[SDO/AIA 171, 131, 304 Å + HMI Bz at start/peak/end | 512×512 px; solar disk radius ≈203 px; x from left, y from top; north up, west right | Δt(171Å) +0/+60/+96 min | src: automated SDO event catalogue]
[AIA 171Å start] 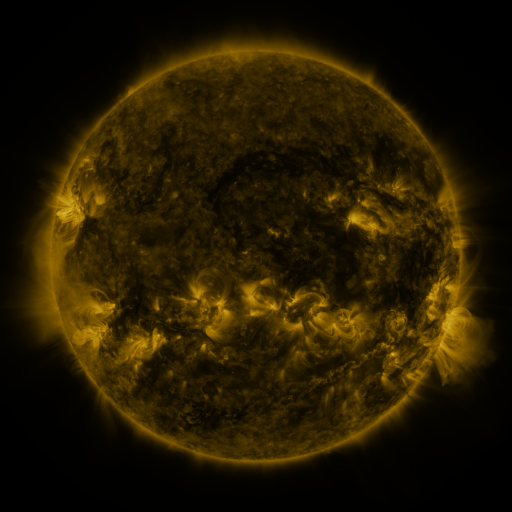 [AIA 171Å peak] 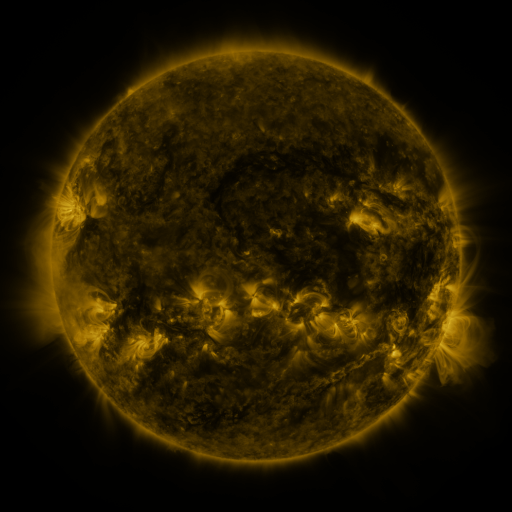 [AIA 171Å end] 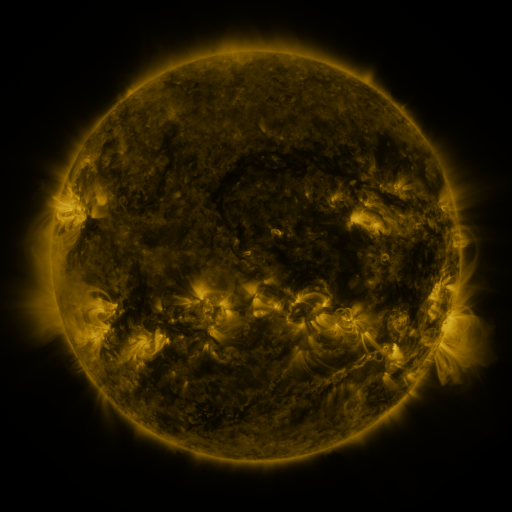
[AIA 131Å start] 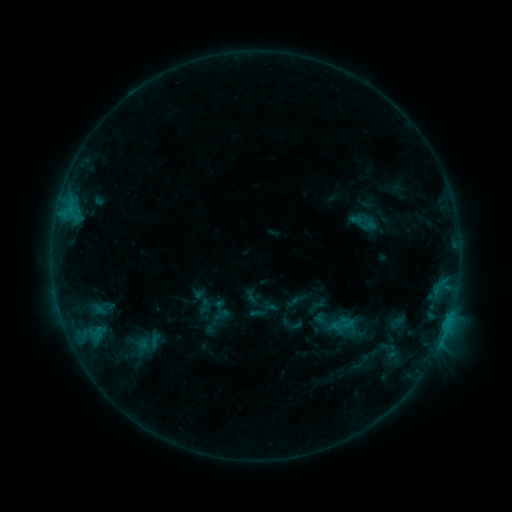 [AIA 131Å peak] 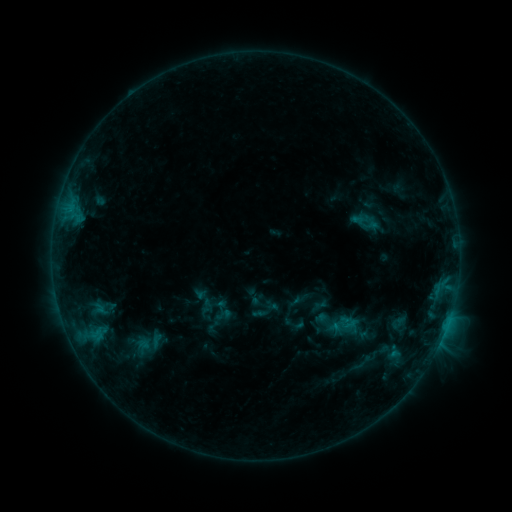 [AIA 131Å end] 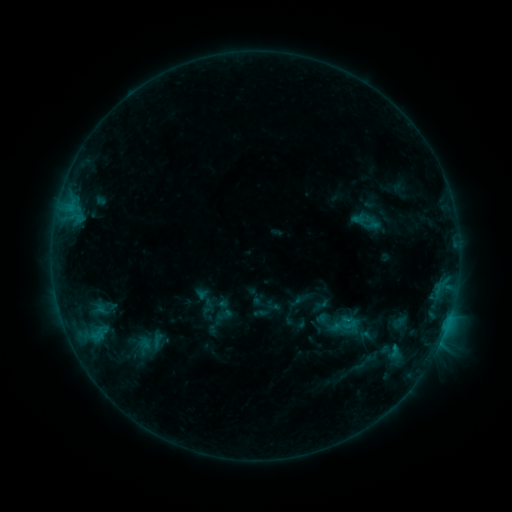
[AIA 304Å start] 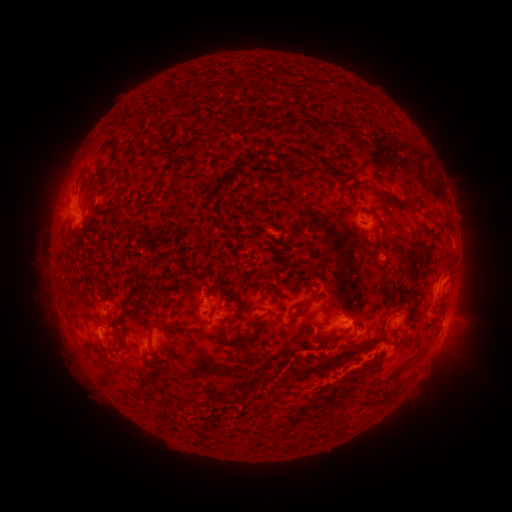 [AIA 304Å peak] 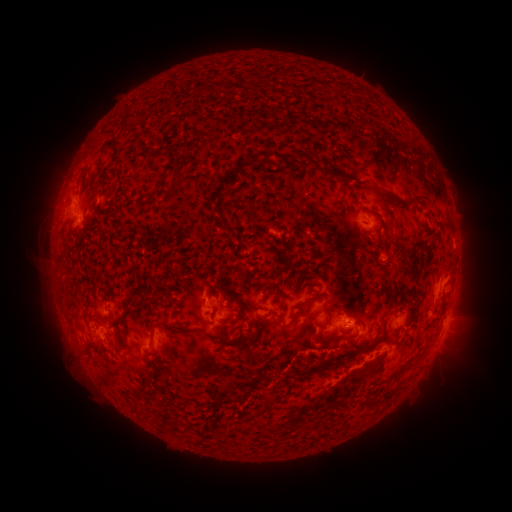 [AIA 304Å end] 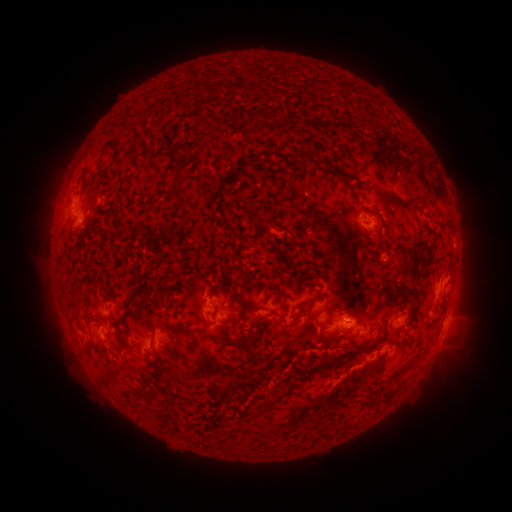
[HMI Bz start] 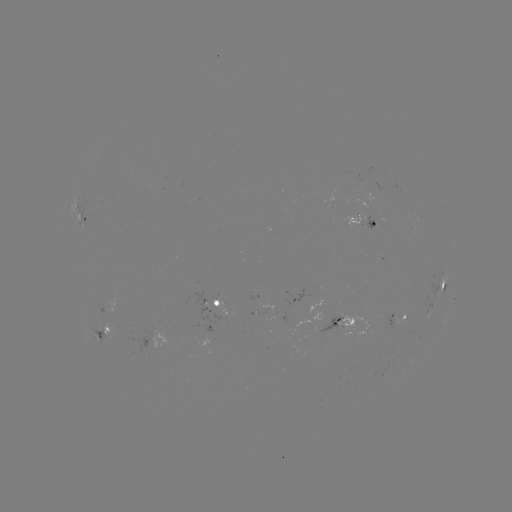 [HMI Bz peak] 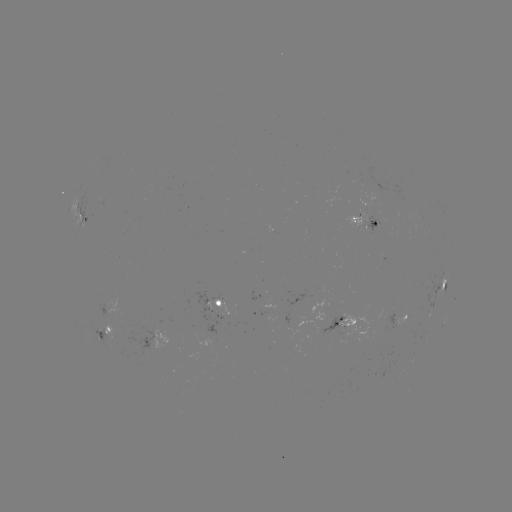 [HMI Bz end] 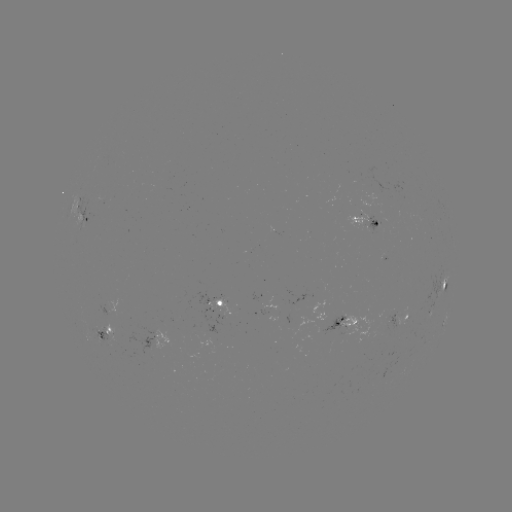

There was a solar emerging-flux region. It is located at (399, 315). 